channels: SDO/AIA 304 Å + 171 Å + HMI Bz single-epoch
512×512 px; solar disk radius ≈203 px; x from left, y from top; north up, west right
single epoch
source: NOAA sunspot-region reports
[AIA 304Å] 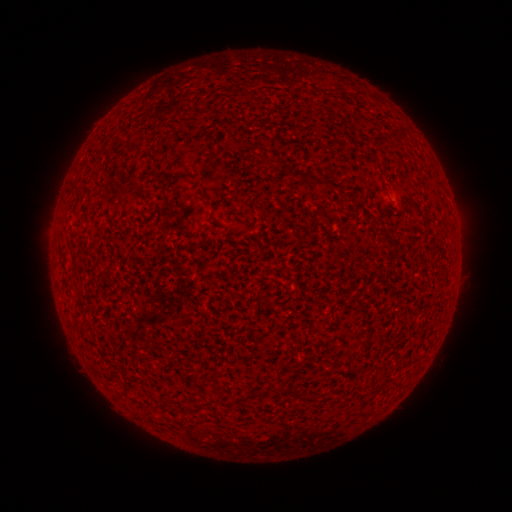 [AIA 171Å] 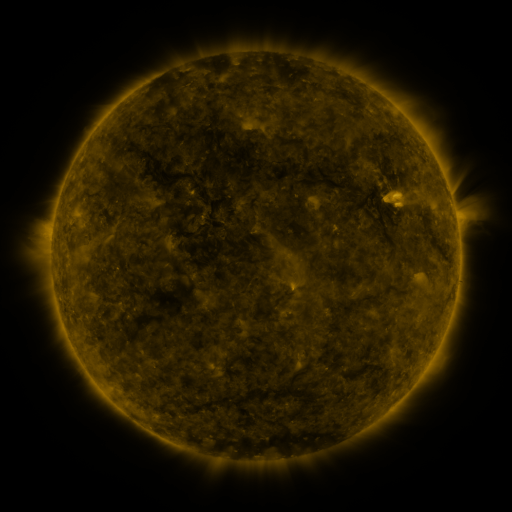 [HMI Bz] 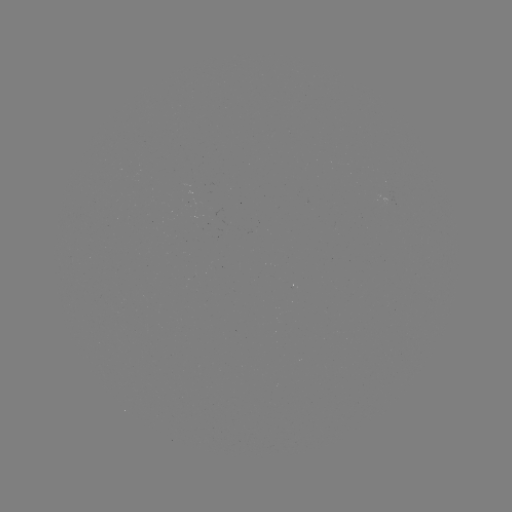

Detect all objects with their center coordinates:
(none)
